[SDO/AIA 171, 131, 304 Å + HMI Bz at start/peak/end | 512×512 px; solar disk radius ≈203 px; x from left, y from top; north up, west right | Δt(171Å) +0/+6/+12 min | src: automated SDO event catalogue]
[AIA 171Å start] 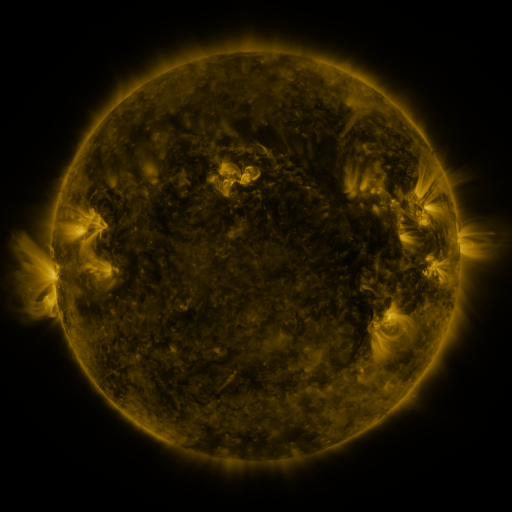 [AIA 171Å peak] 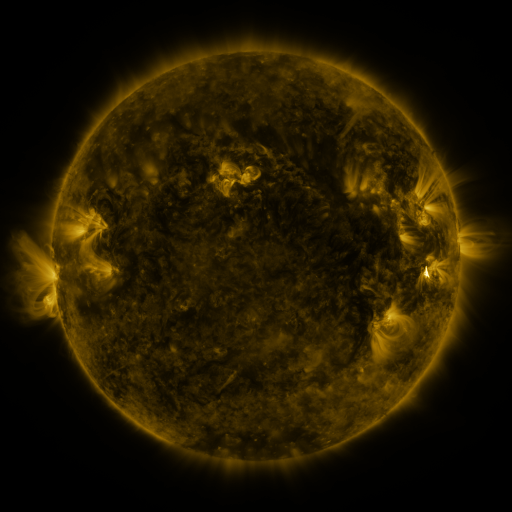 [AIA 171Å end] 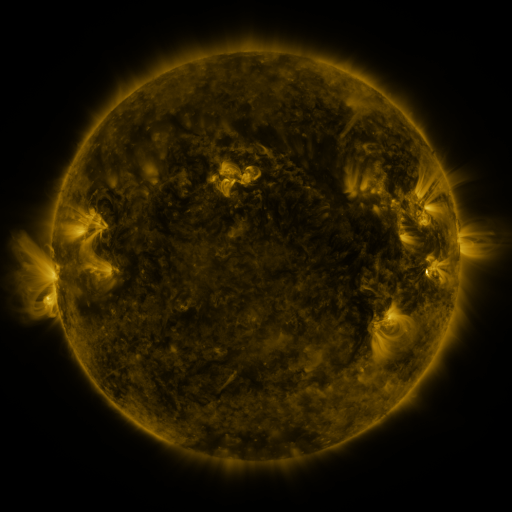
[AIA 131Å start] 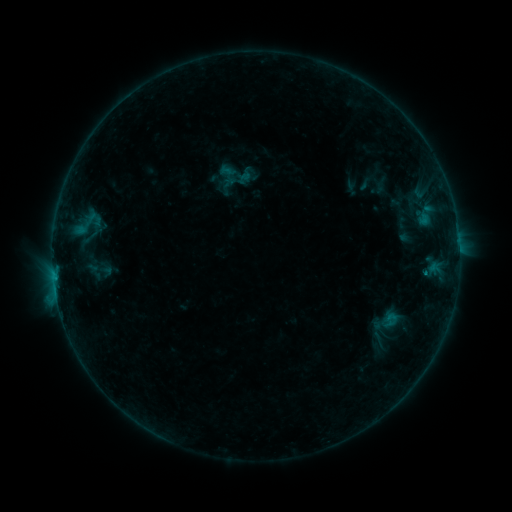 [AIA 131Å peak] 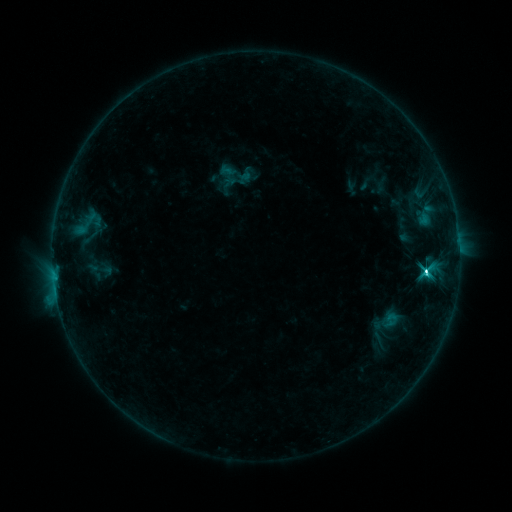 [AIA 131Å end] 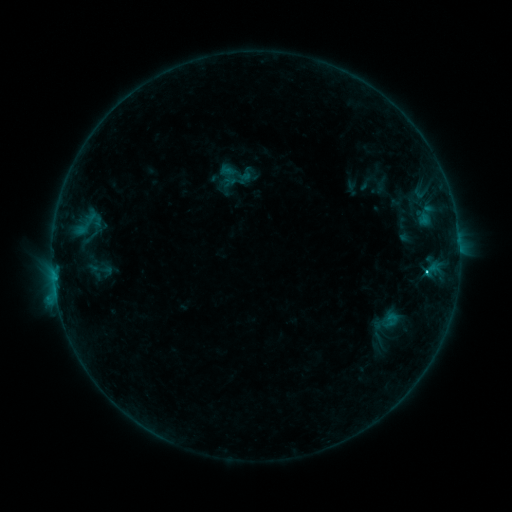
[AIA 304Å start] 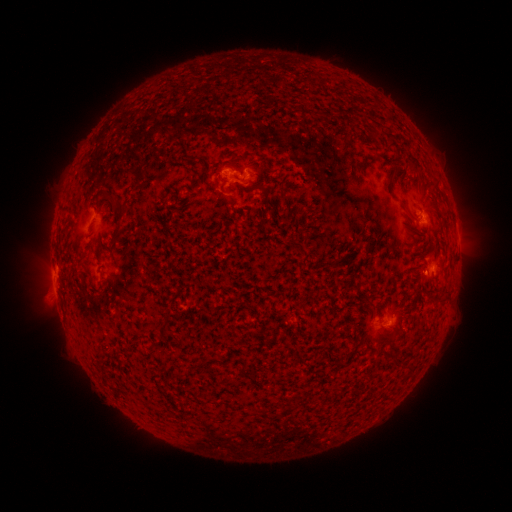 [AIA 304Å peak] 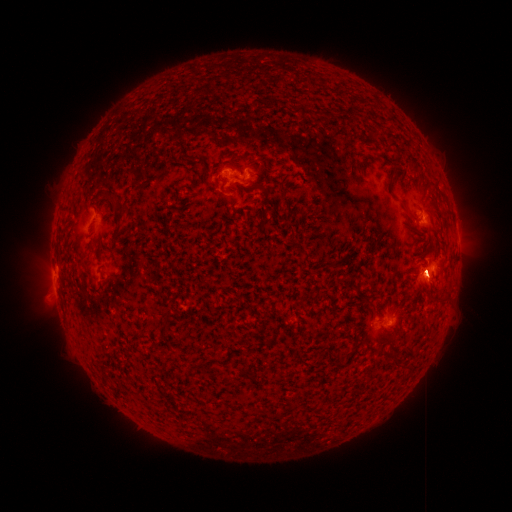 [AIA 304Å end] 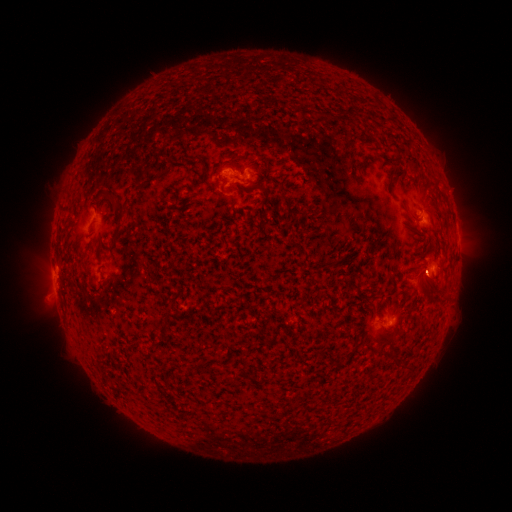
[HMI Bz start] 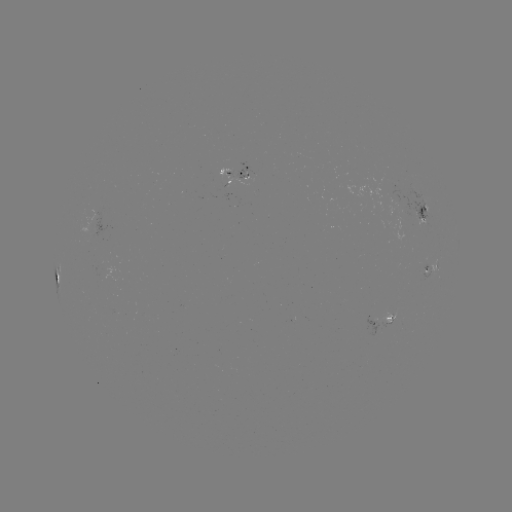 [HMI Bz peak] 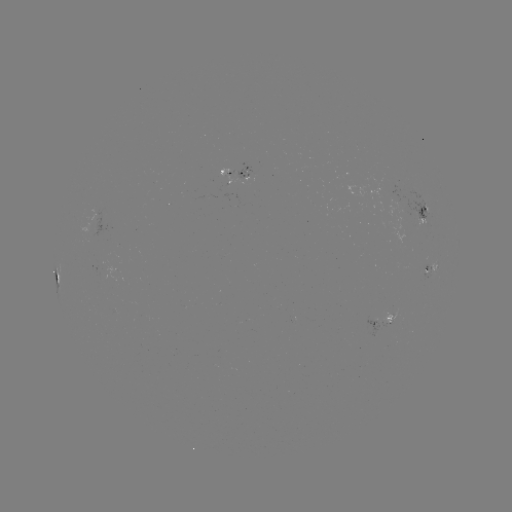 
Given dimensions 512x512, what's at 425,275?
eruption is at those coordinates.